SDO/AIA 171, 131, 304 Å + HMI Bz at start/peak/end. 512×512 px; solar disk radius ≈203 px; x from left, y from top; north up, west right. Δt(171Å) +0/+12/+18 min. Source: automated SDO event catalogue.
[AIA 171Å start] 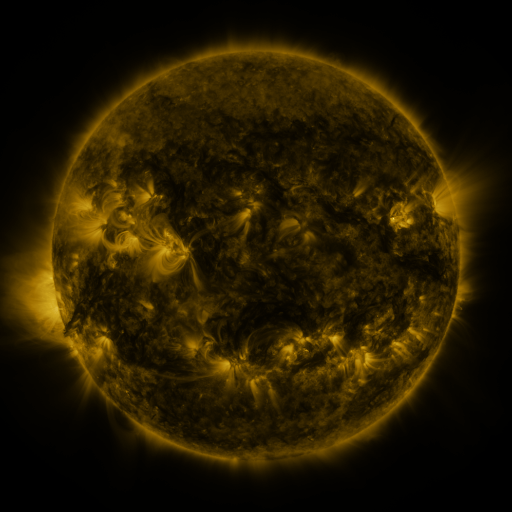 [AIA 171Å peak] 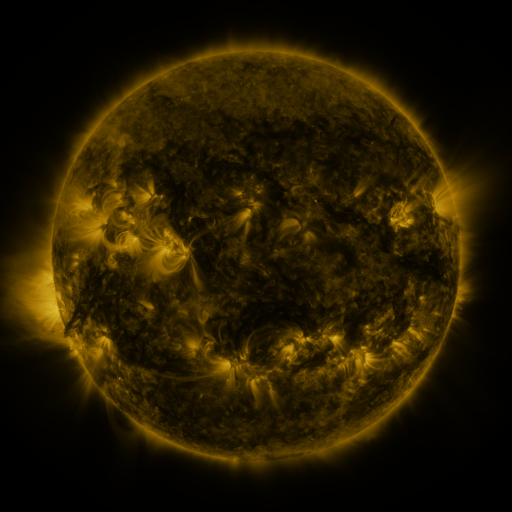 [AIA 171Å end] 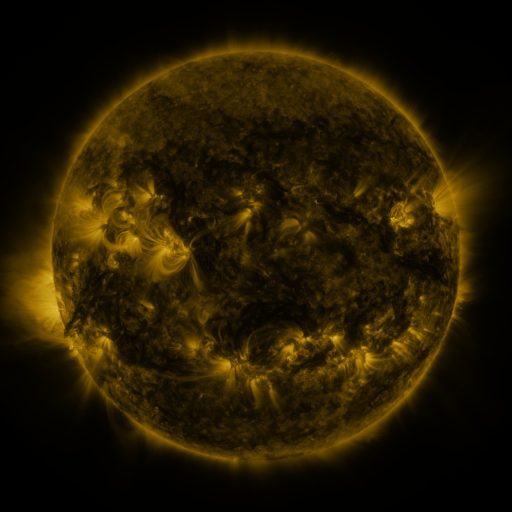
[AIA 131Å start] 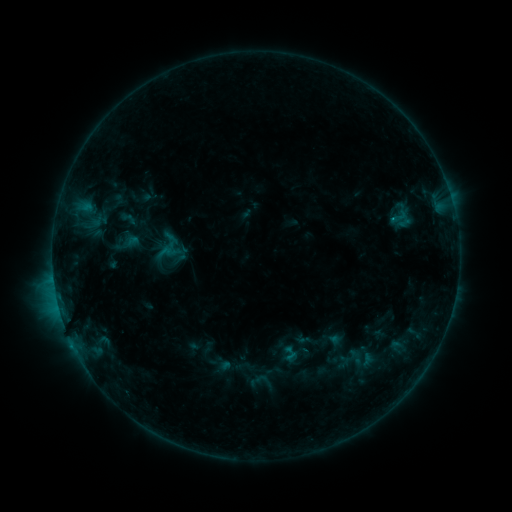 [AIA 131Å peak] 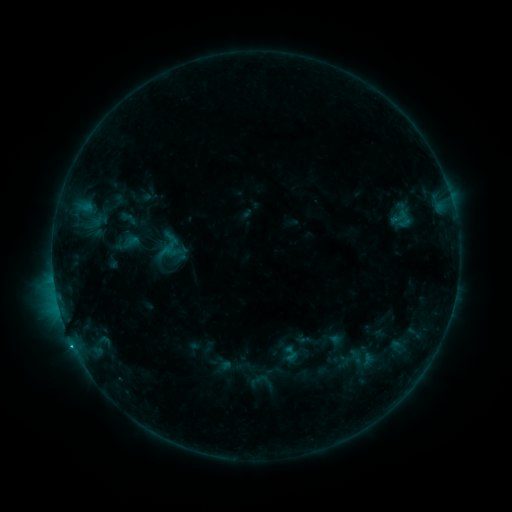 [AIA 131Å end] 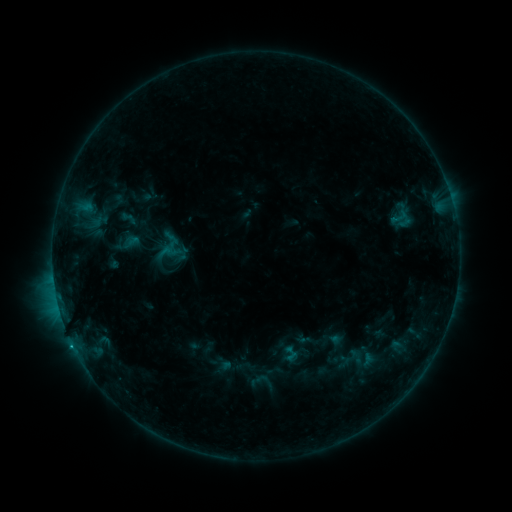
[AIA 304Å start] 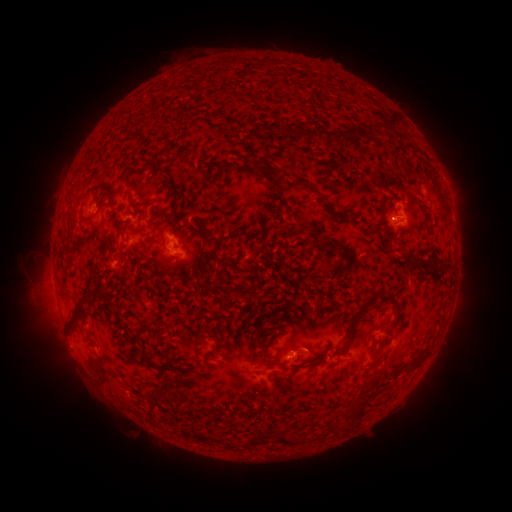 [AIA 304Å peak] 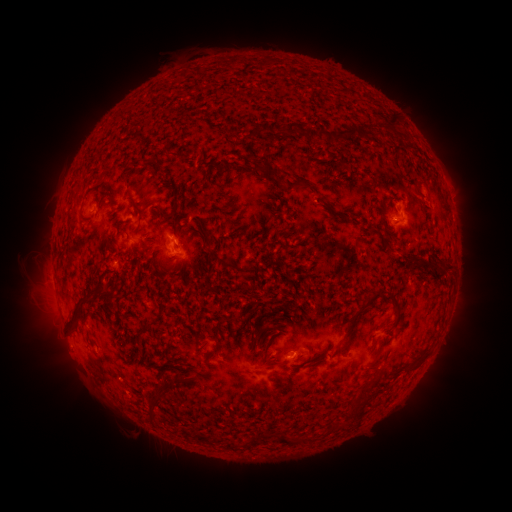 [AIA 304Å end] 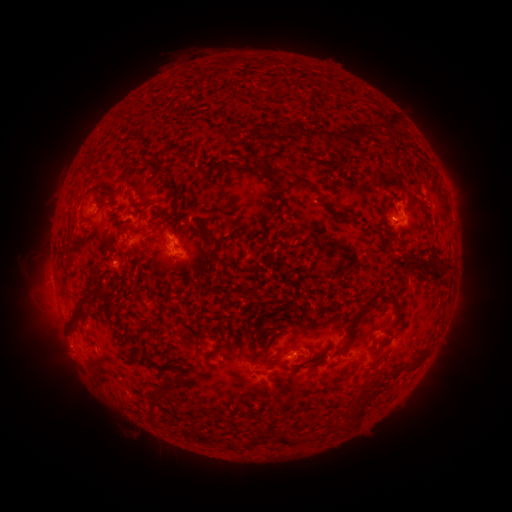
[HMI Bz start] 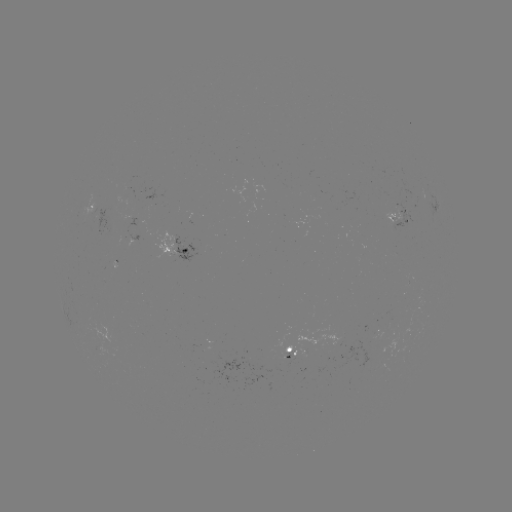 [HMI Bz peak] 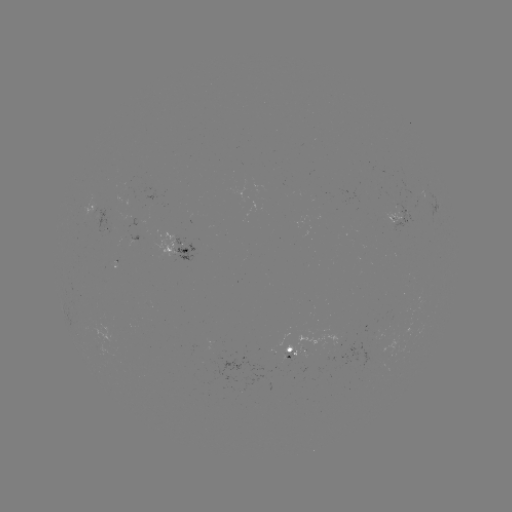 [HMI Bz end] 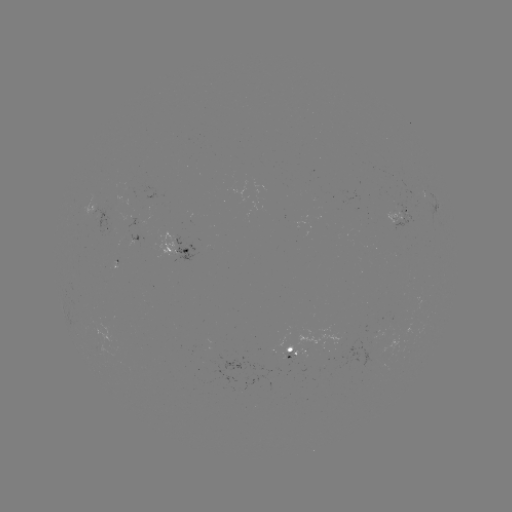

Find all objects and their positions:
B6.6 flare: (72, 342)
